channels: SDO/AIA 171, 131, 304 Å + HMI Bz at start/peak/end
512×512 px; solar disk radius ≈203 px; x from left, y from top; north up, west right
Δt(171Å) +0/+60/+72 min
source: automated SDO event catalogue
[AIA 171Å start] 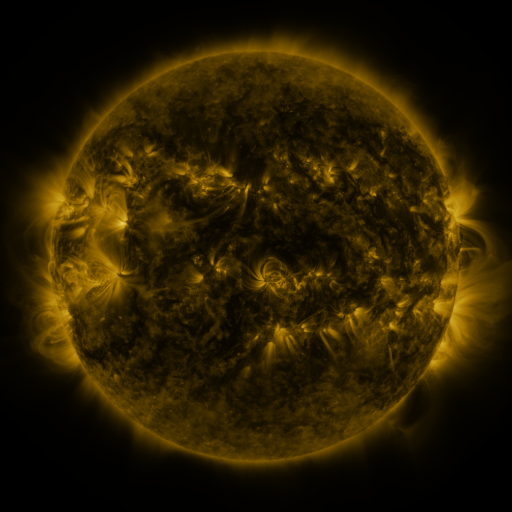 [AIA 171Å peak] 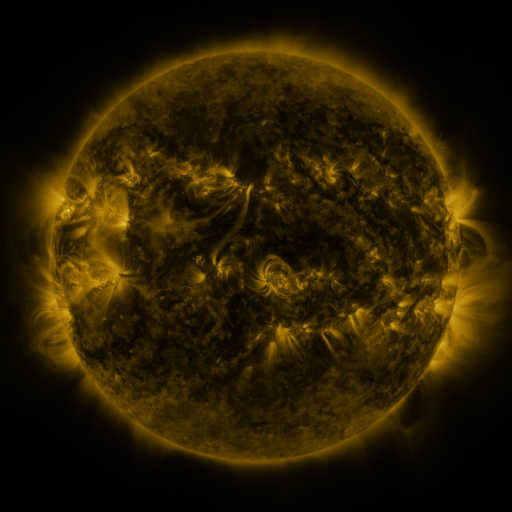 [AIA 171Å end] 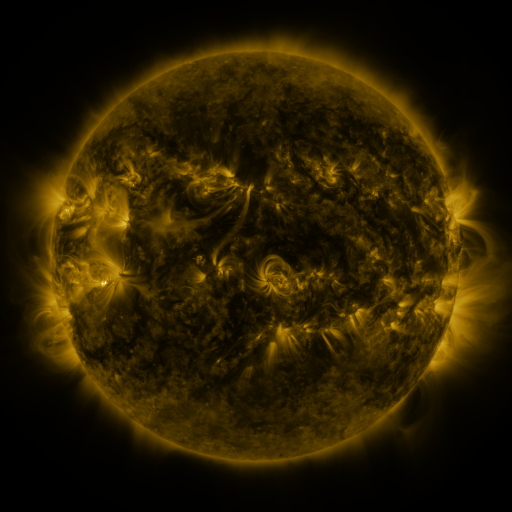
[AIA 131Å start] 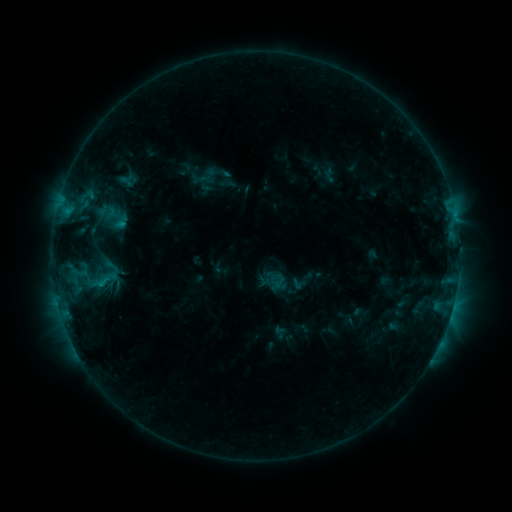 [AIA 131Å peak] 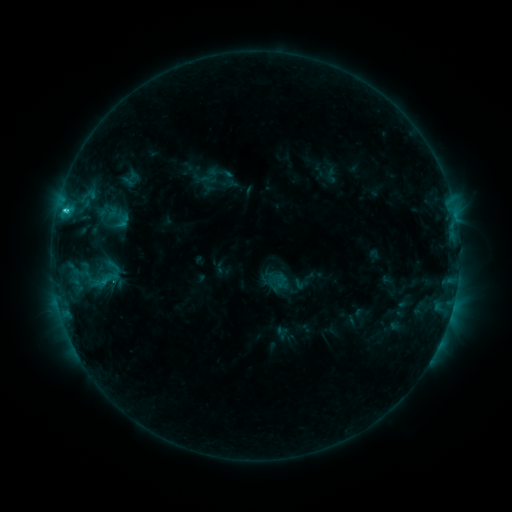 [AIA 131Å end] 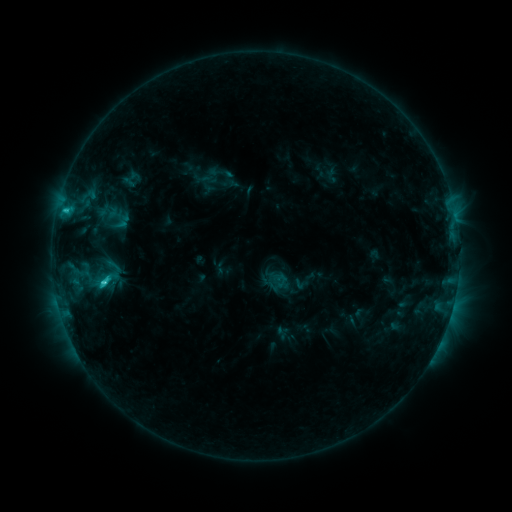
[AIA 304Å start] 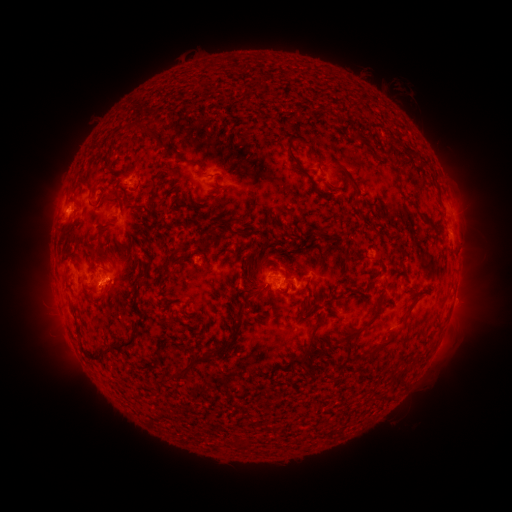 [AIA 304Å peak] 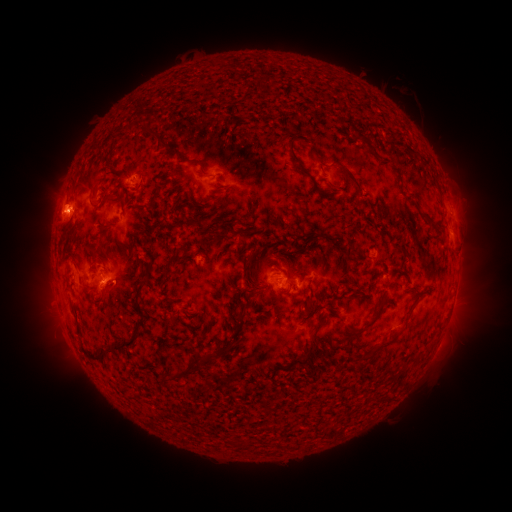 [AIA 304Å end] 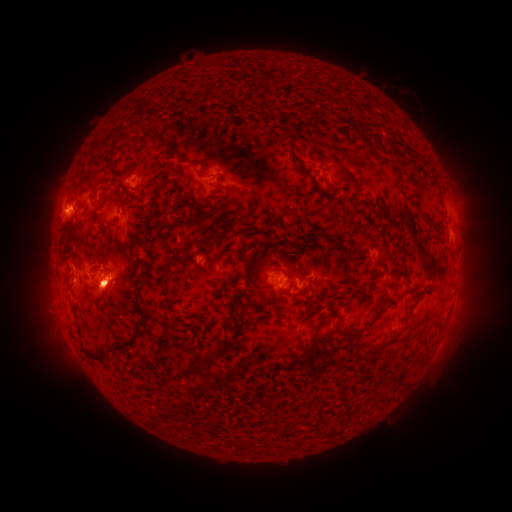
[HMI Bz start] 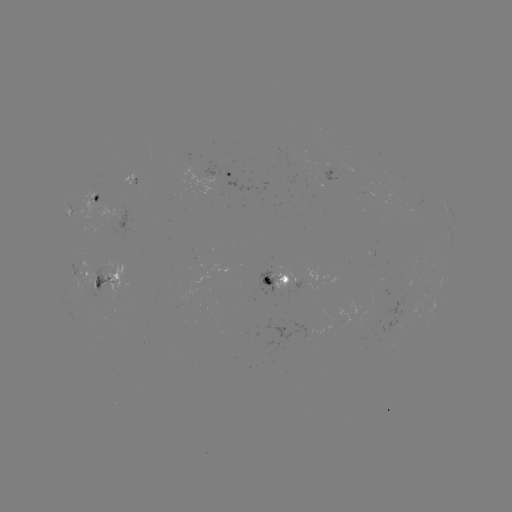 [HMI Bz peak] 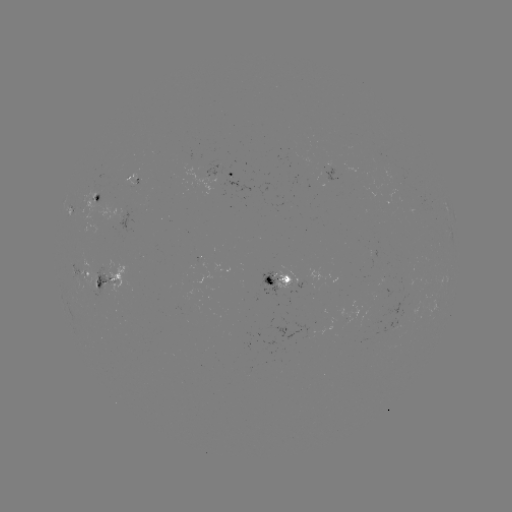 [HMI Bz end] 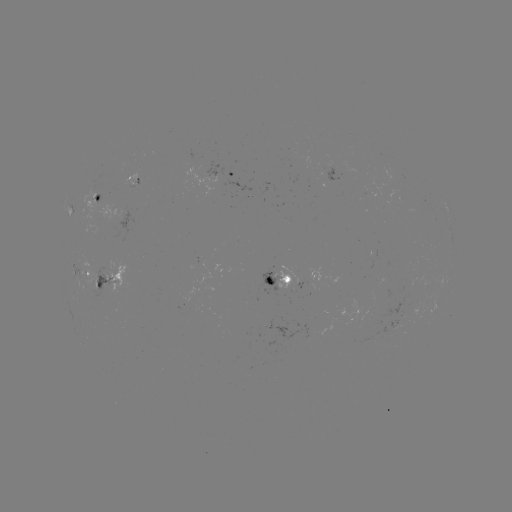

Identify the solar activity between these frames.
emerging-flux region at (132, 182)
